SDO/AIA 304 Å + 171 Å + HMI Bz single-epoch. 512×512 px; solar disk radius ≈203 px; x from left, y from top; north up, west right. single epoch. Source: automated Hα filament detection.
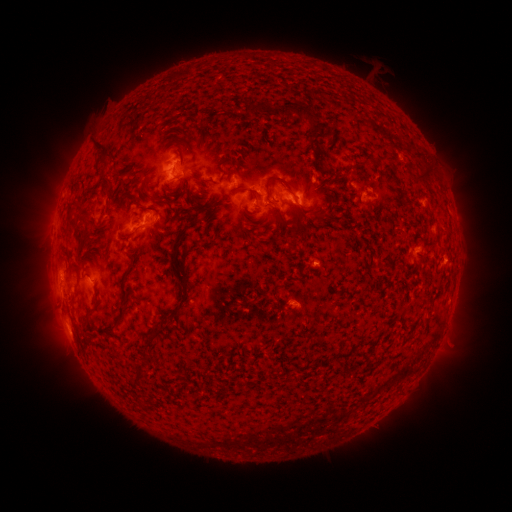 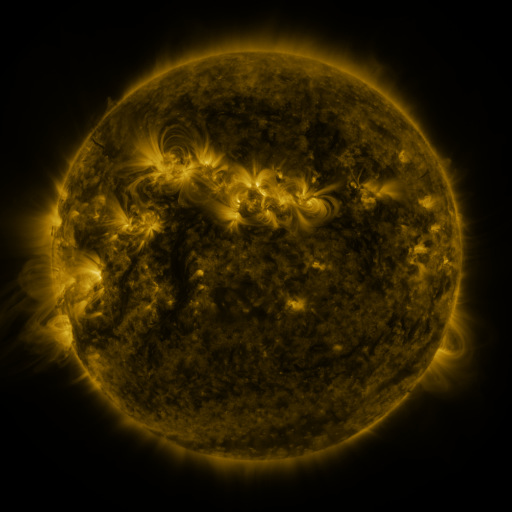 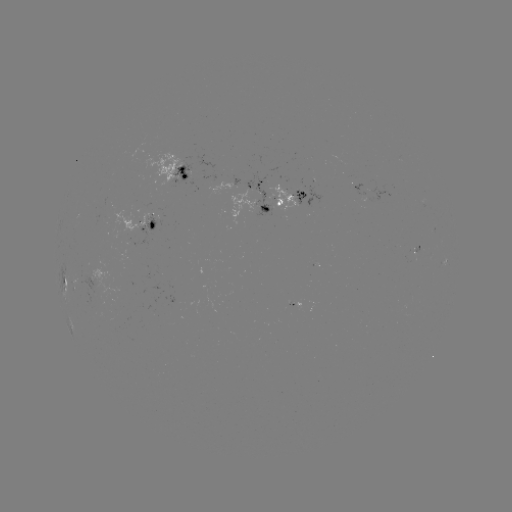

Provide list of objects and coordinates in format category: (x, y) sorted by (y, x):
filament: (288, 108)
filament: (102, 152)
filament: (370, 158)
filament: (425, 163)
filament: (185, 185)
filament: (106, 186)
filament: (252, 195)
filament: (148, 198)
filament: (271, 204)
filament: (315, 215)
filament: (291, 234)
filament: (130, 236)
filament: (175, 244)
filament: (124, 294)
filament: (121, 316)
filament: (152, 341)
filament: (147, 360)
filament: (306, 361)
filament: (138, 380)
